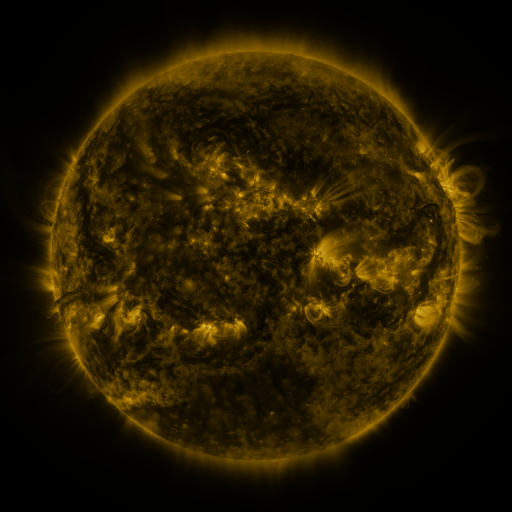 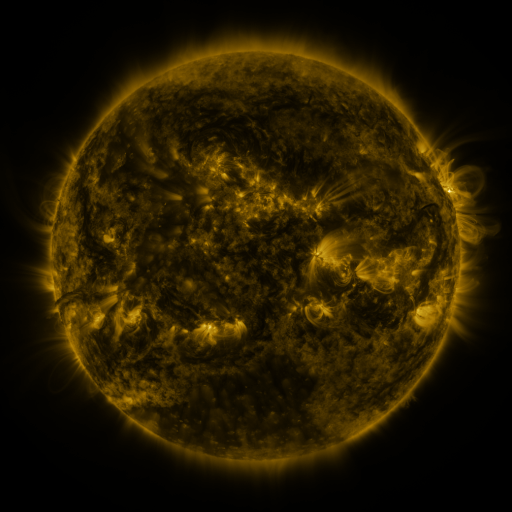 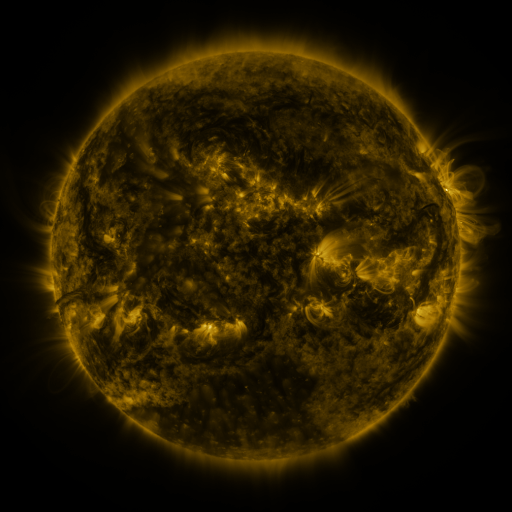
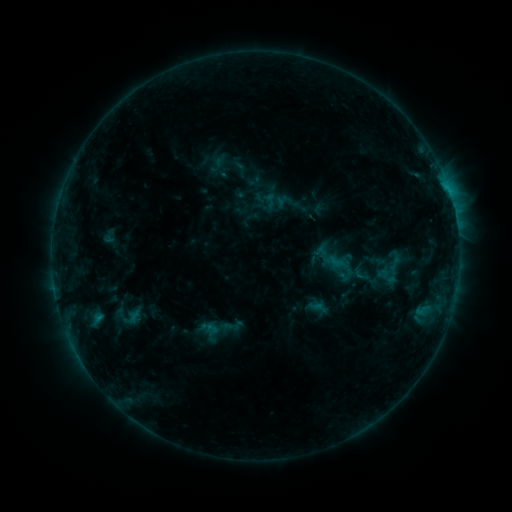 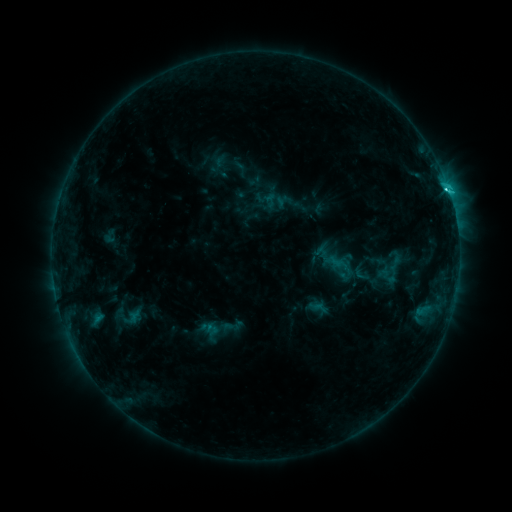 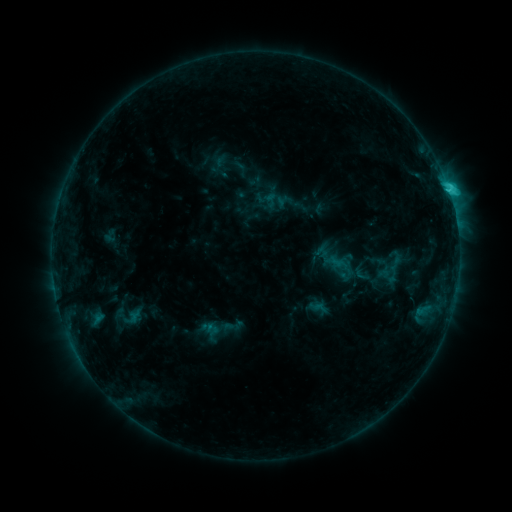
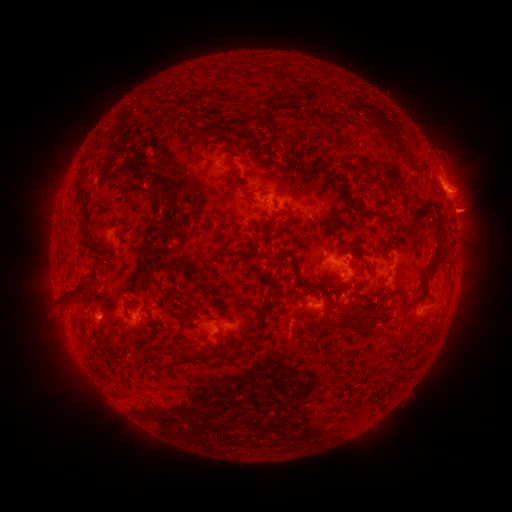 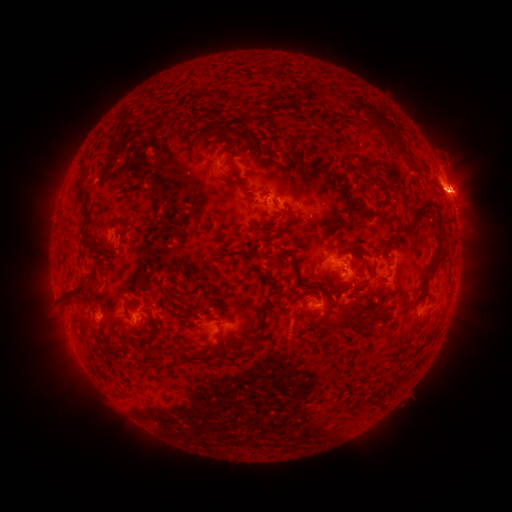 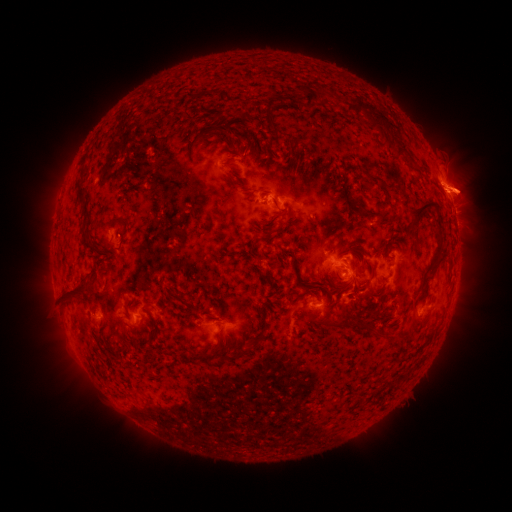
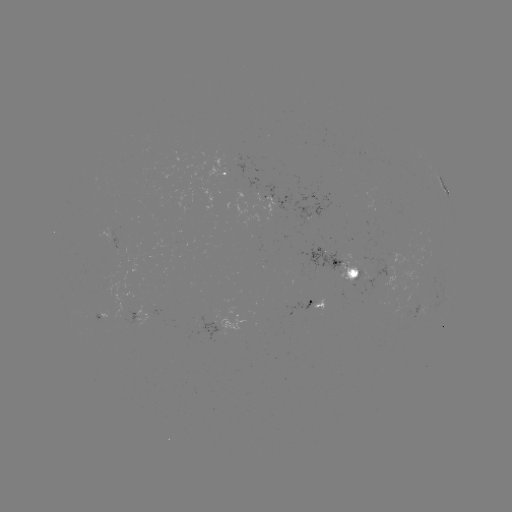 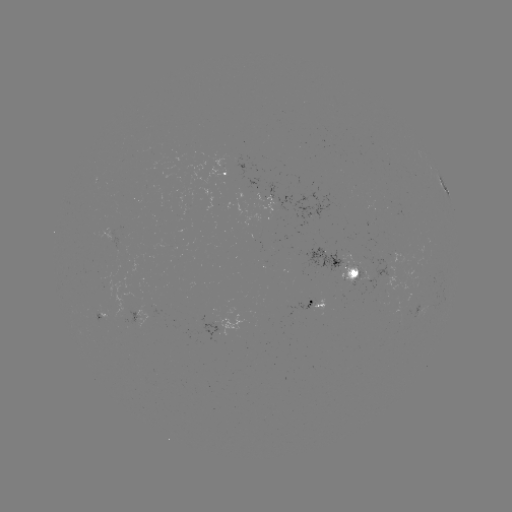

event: eruption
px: (467, 189)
